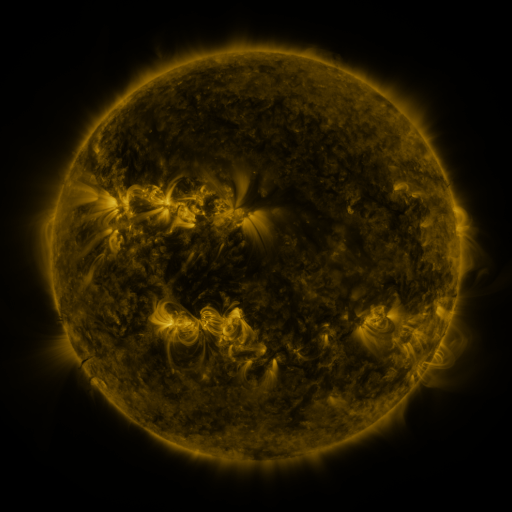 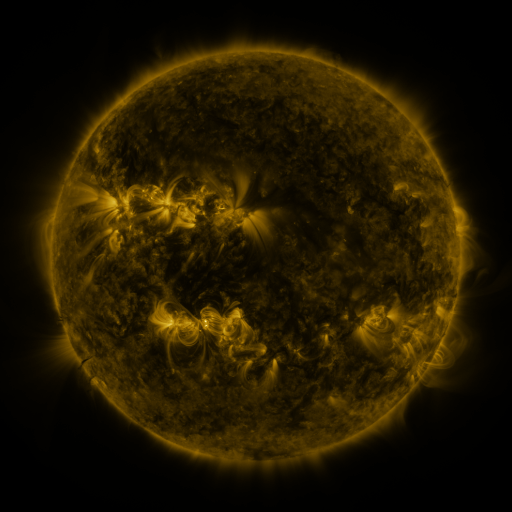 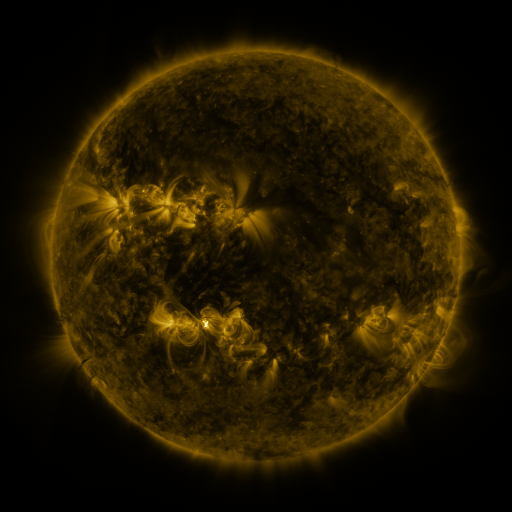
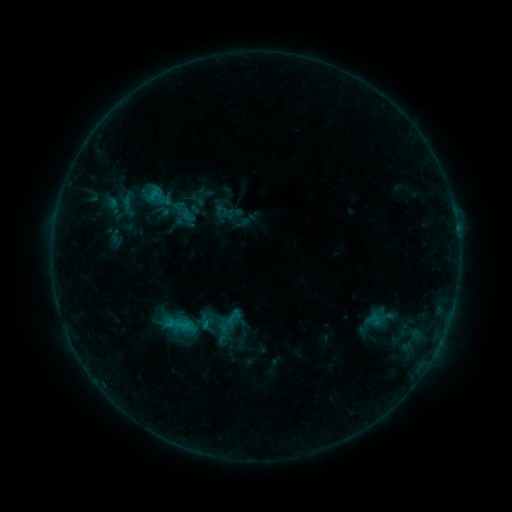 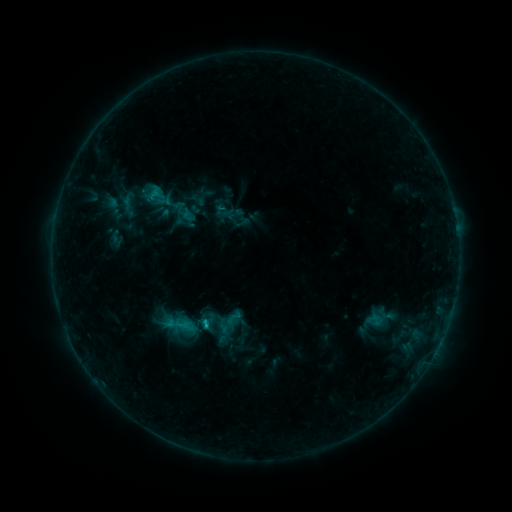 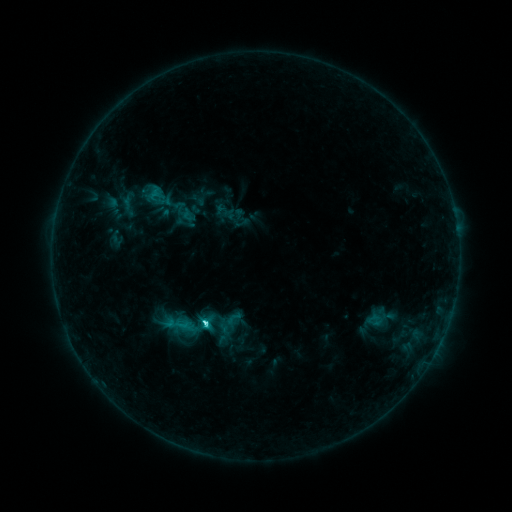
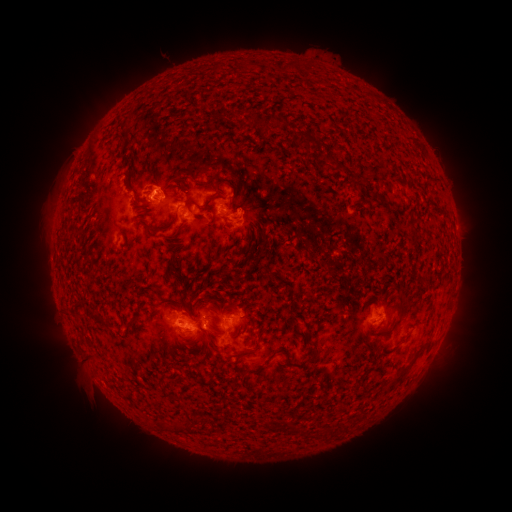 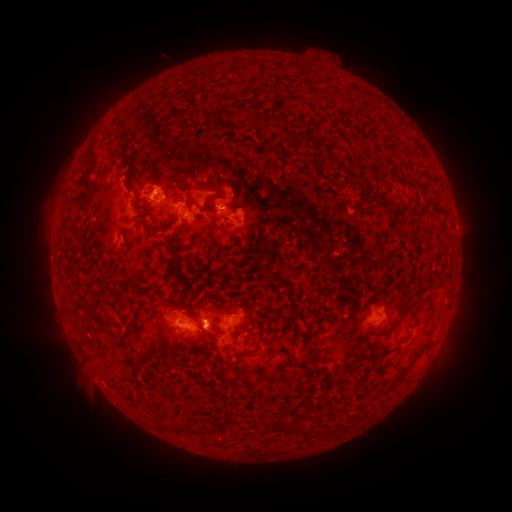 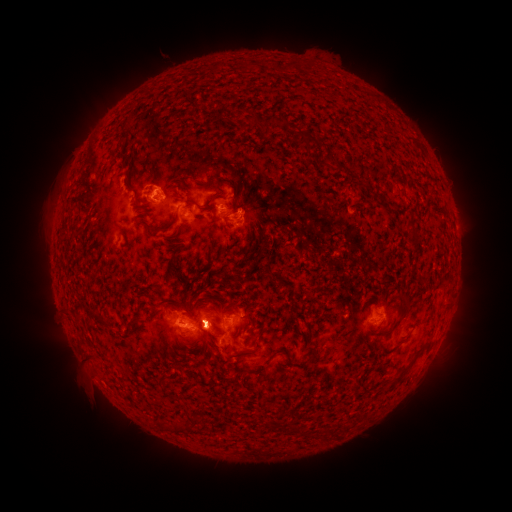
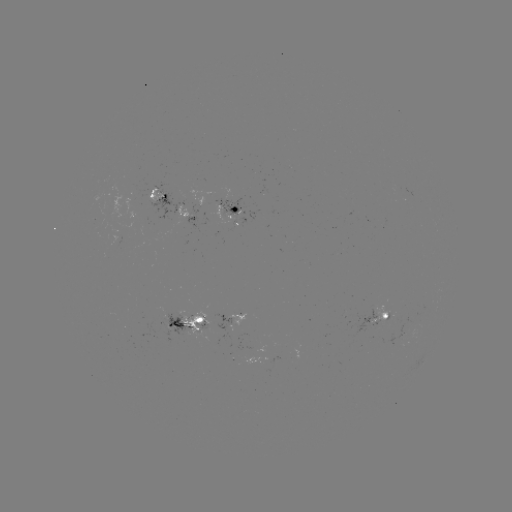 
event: flare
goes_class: C1.2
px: (208, 322)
